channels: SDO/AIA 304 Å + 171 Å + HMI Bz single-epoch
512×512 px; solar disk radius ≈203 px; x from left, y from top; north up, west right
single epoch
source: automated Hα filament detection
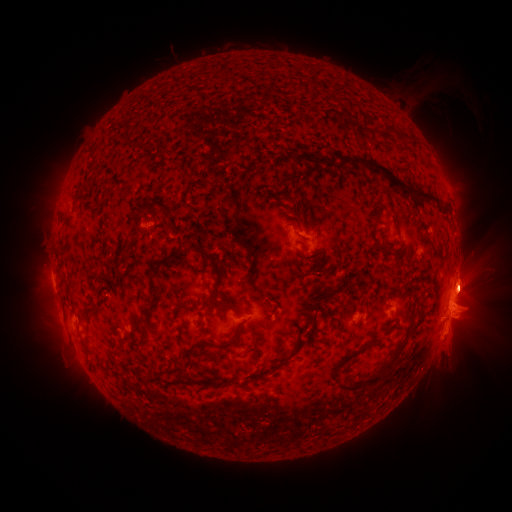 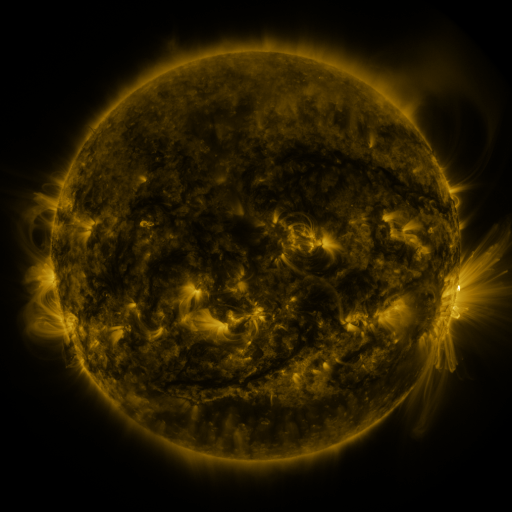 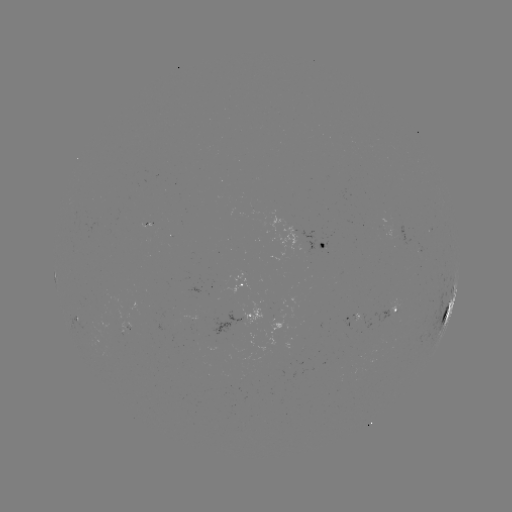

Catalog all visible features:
filament: (126, 129)
filament: (165, 154)
filament: (322, 157)
filament: (294, 172)
filament: (388, 175)
filament: (80, 189)
filament: (95, 208)
filament: (294, 211)
filament: (143, 212)
filament: (379, 245)
filament: (176, 256)
filament: (208, 258)
filament: (217, 286)
filament: (335, 288)
filament: (157, 292)
filament: (314, 302)
filament: (222, 303)
filament: (182, 306)
filament: (90, 312)
filament: (309, 317)
filament: (155, 329)
filament: (214, 343)
filament: (86, 350)
filament: (200, 351)
filament: (359, 351)
filament: (290, 358)
filament: (382, 371)
filament: (174, 372)
filament: (335, 375)
